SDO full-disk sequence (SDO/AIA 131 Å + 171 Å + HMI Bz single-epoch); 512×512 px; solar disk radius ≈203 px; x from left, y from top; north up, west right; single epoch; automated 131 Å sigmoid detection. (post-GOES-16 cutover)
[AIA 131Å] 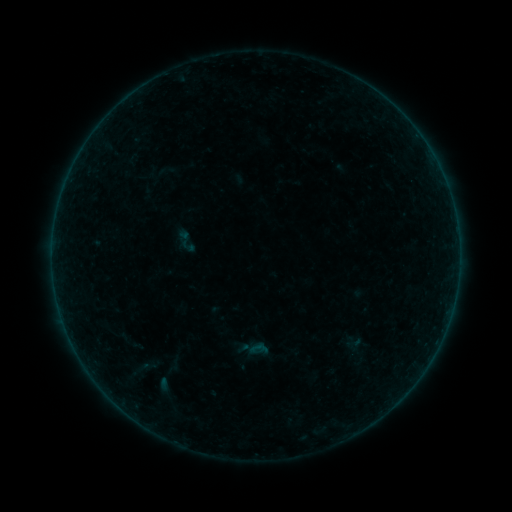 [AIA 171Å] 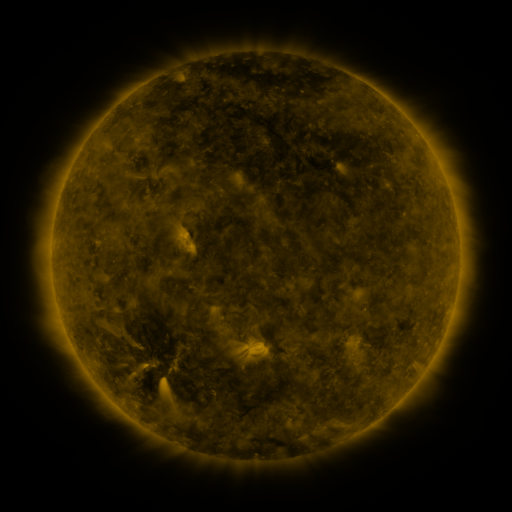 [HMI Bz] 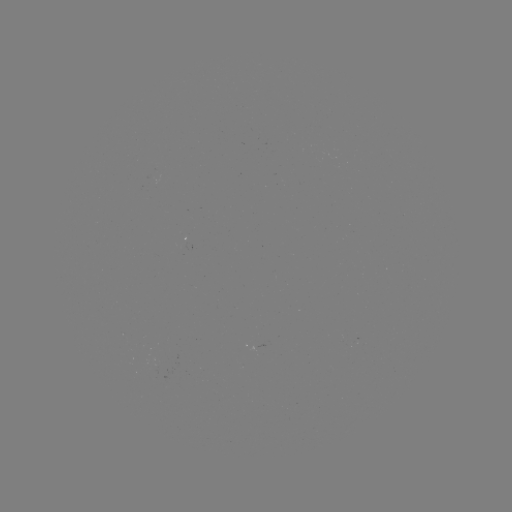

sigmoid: (173, 227, 199, 255)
